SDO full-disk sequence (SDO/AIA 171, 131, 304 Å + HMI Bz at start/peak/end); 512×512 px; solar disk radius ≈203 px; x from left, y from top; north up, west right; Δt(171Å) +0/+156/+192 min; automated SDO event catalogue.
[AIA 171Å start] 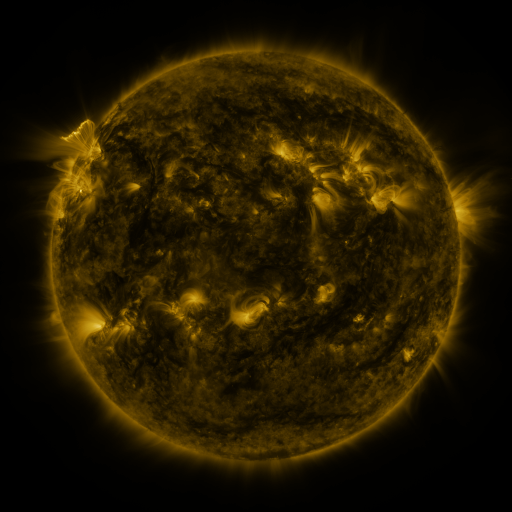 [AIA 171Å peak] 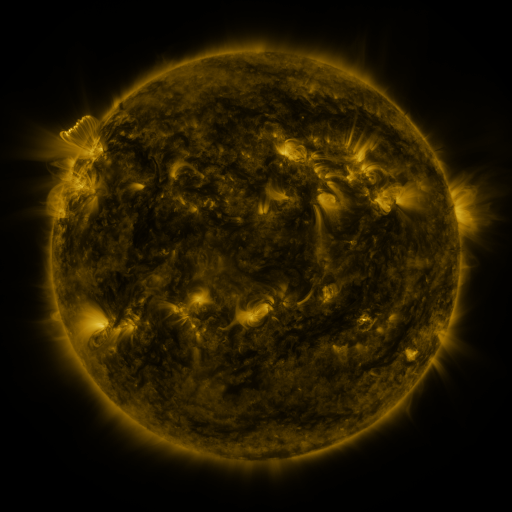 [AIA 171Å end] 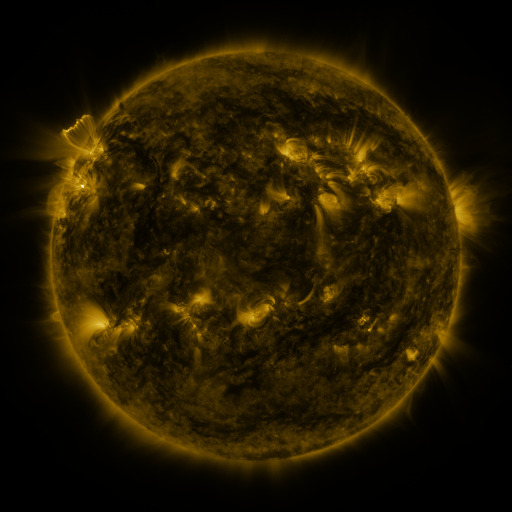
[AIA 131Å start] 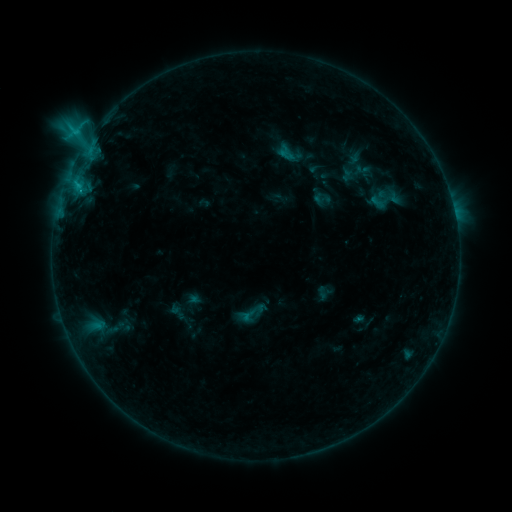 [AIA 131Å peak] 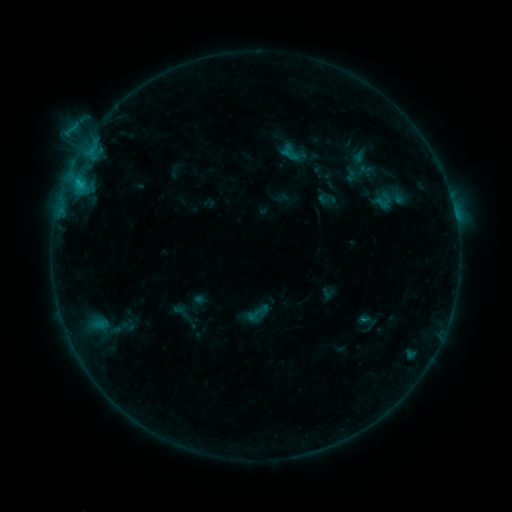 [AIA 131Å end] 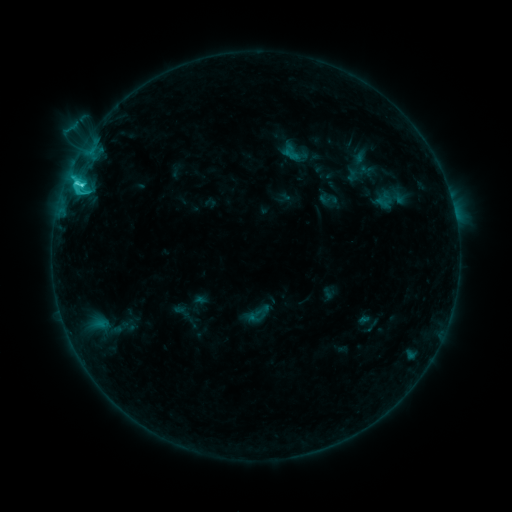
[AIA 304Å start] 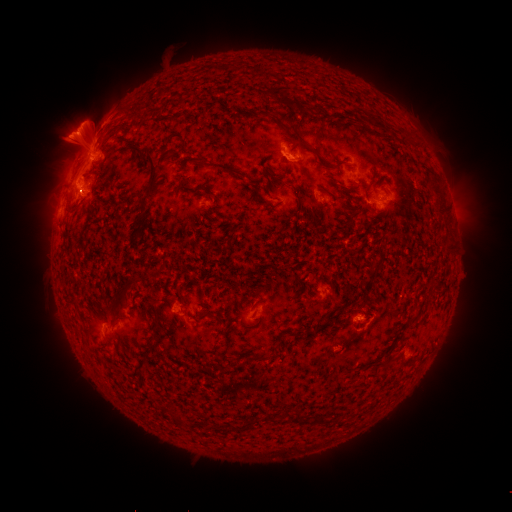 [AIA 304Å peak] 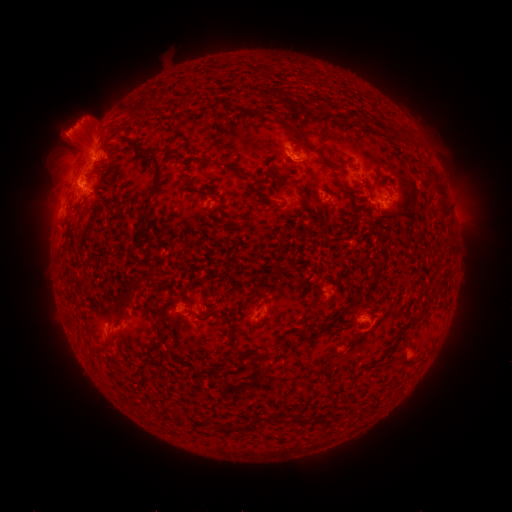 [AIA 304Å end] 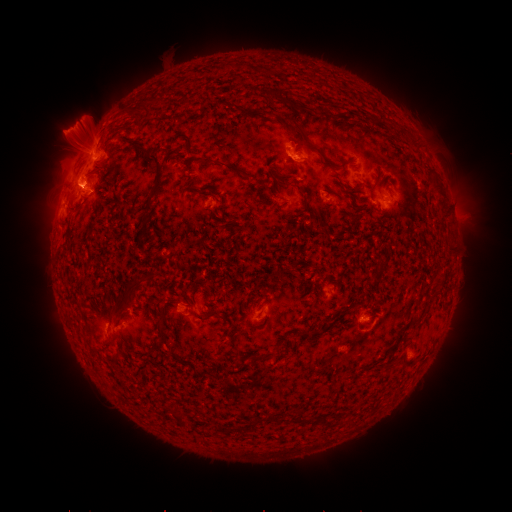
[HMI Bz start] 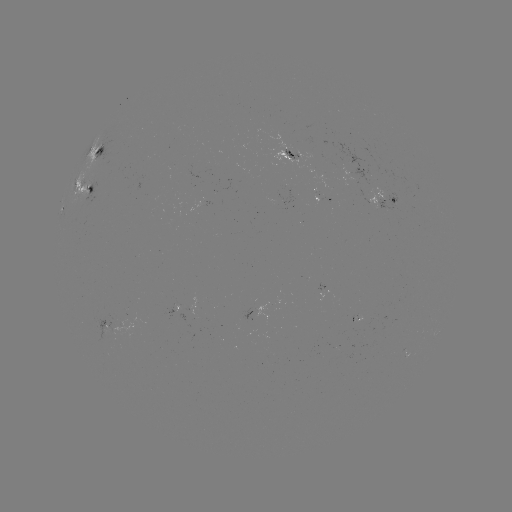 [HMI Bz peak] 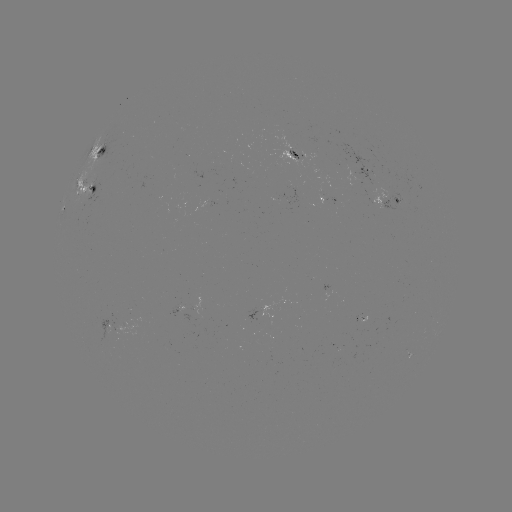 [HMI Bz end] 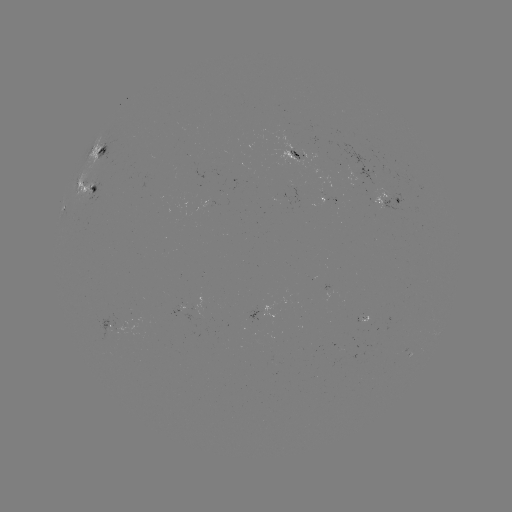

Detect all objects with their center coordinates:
emerging-flux region: (357, 172)
